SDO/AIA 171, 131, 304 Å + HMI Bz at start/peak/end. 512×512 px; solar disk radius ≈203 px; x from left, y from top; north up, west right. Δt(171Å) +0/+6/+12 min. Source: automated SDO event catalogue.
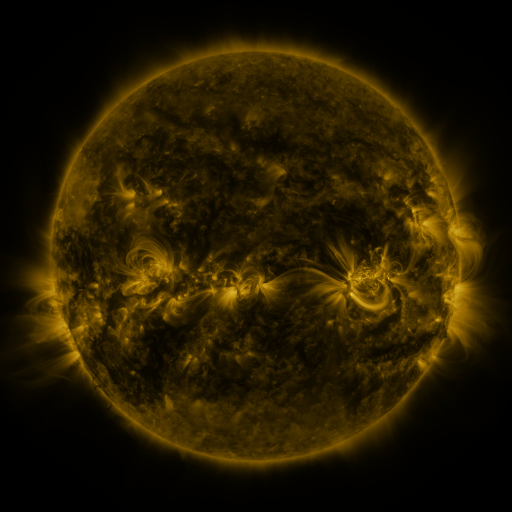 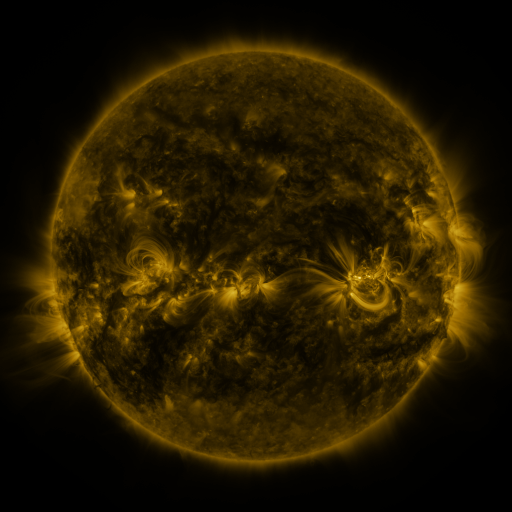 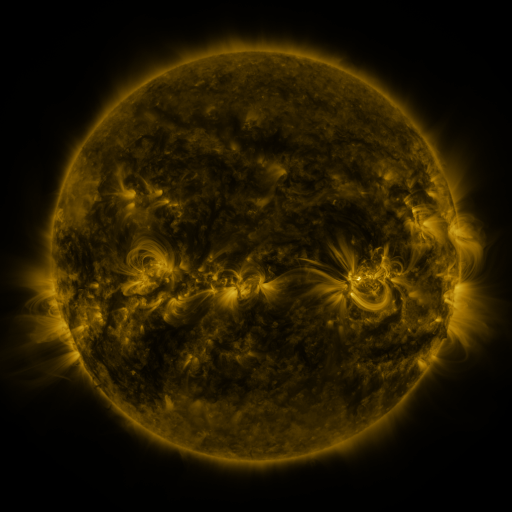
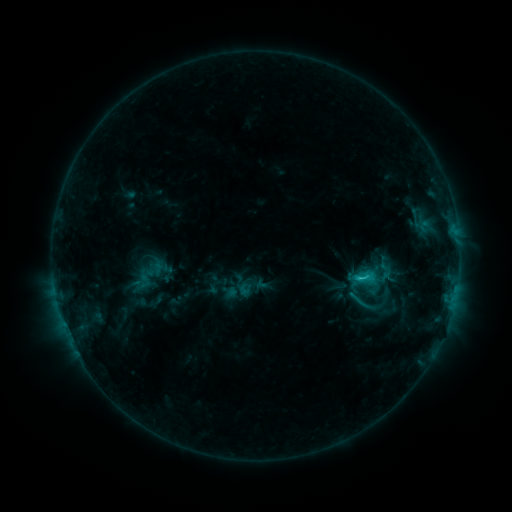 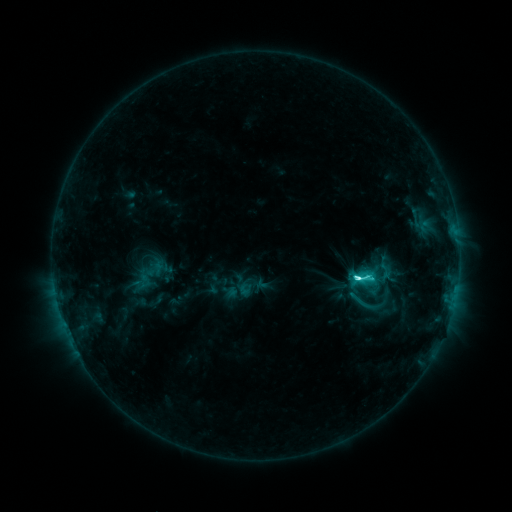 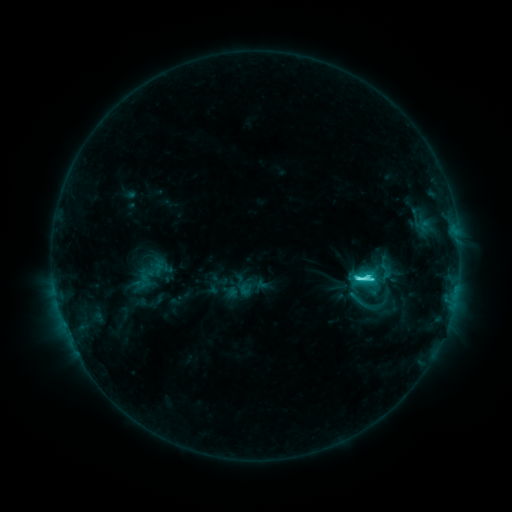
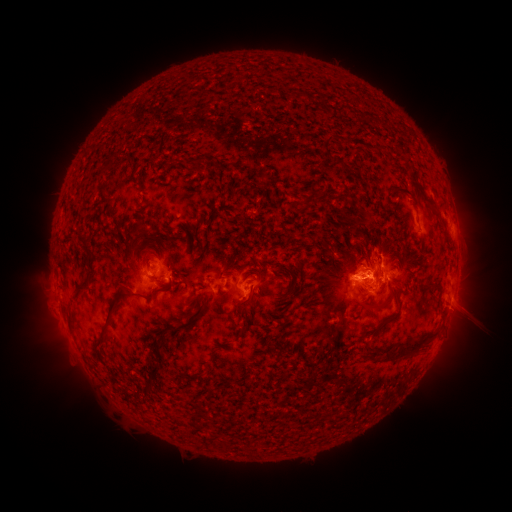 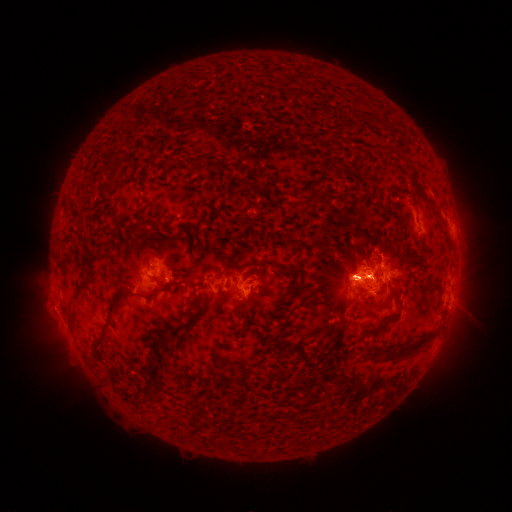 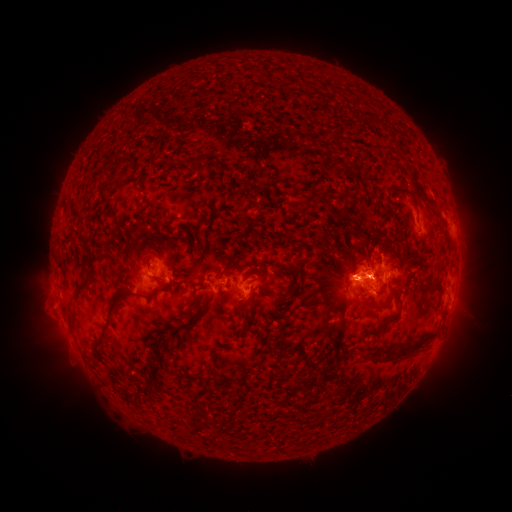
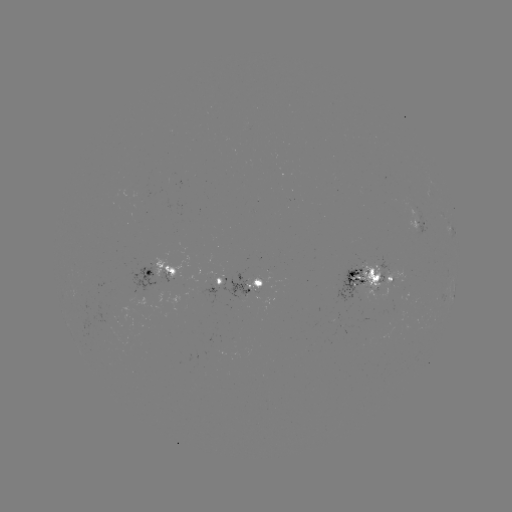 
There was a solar eruption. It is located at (348, 274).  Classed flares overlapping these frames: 1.